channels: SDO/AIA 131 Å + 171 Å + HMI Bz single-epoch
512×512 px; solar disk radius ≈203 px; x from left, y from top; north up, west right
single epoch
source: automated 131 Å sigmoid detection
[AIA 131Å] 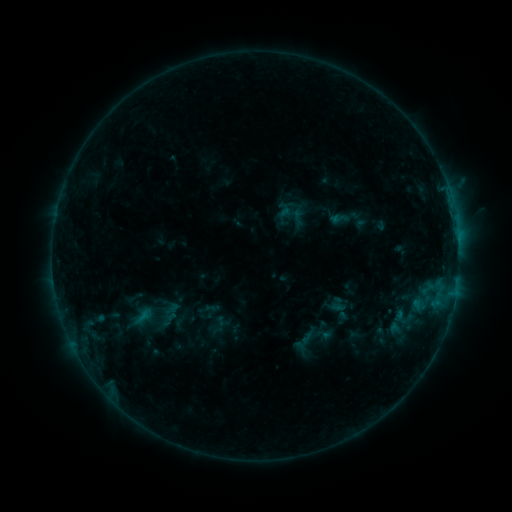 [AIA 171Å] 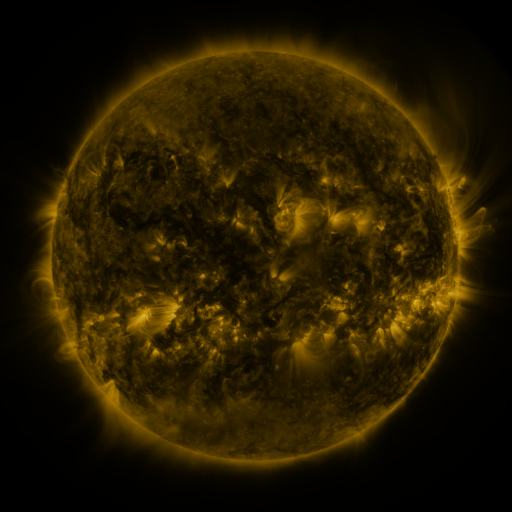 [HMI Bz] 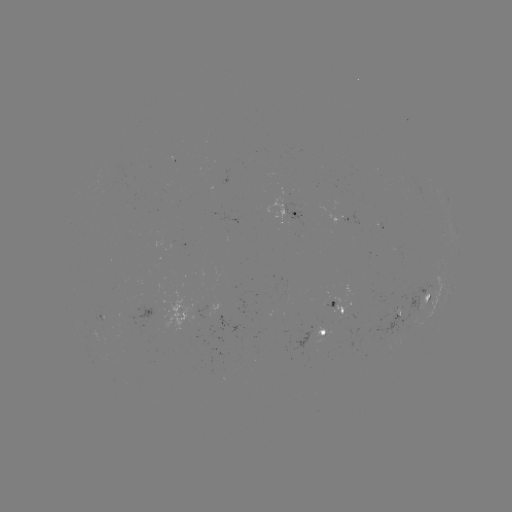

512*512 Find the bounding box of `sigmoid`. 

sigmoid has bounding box [330, 209, 352, 229].